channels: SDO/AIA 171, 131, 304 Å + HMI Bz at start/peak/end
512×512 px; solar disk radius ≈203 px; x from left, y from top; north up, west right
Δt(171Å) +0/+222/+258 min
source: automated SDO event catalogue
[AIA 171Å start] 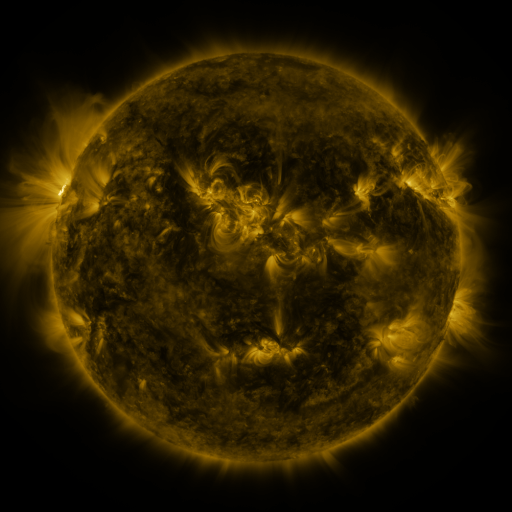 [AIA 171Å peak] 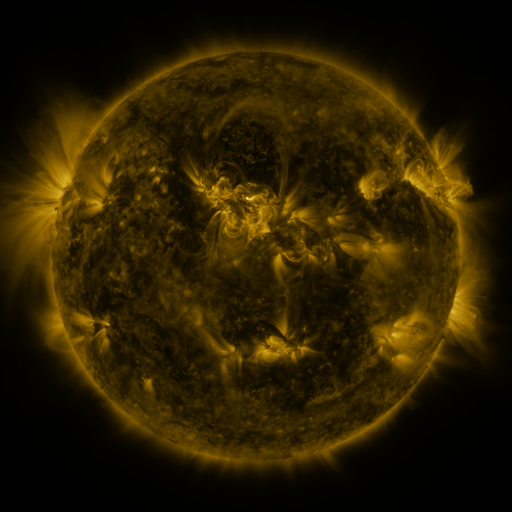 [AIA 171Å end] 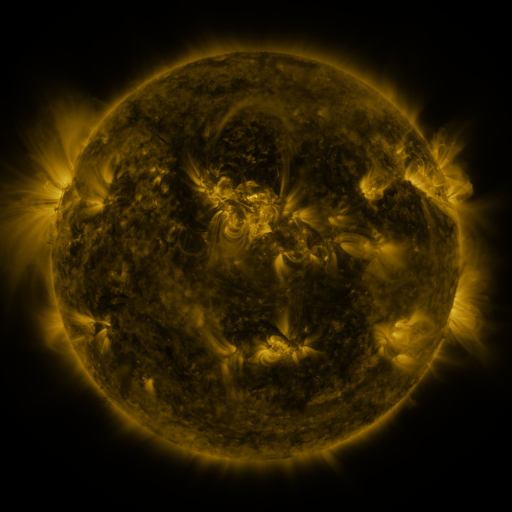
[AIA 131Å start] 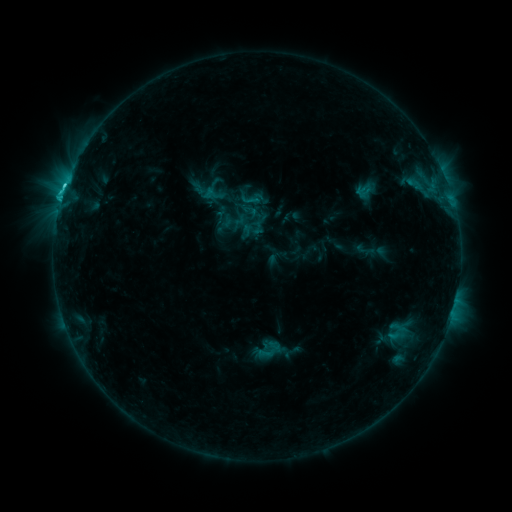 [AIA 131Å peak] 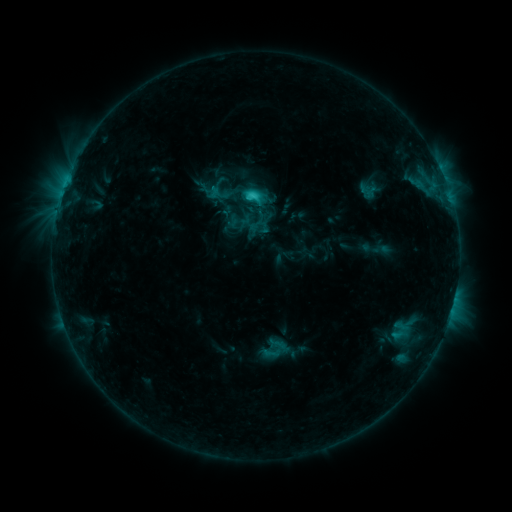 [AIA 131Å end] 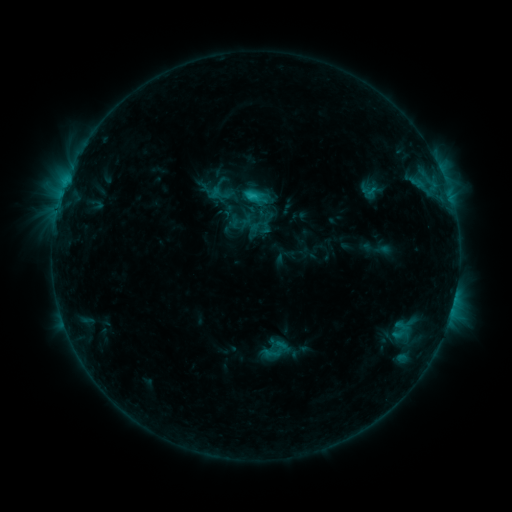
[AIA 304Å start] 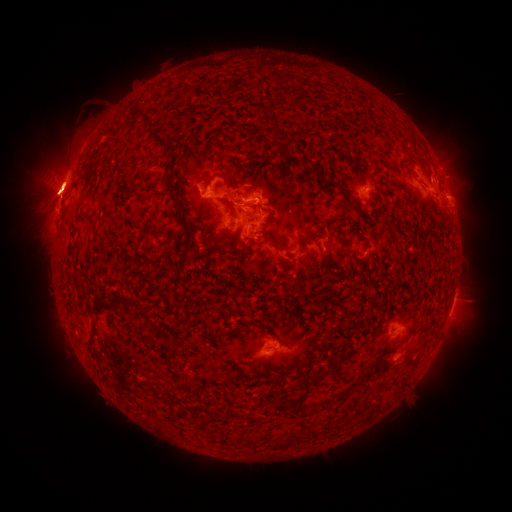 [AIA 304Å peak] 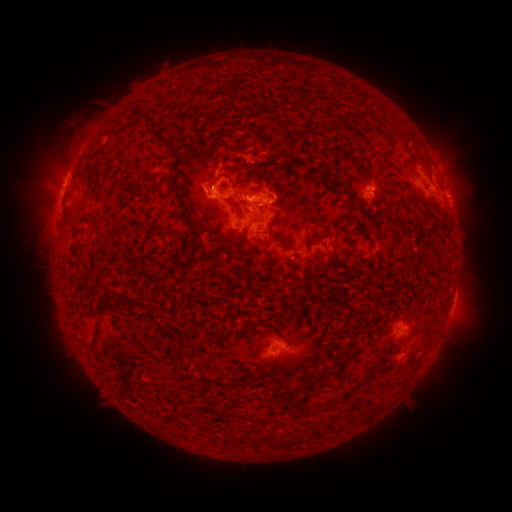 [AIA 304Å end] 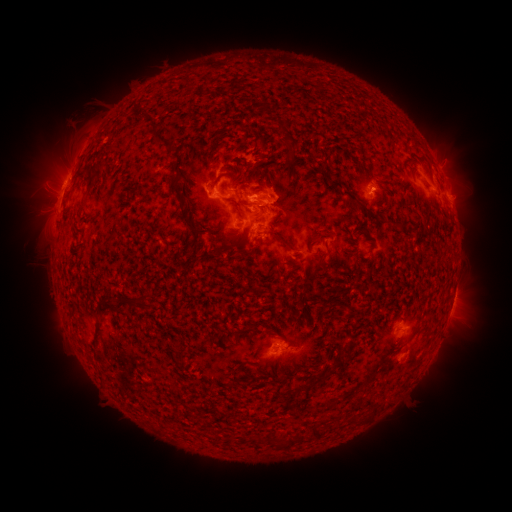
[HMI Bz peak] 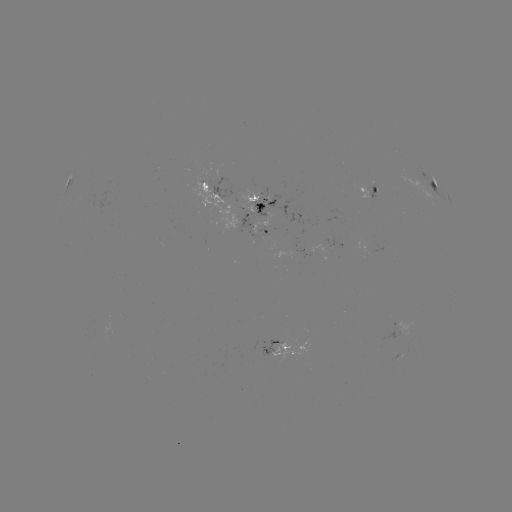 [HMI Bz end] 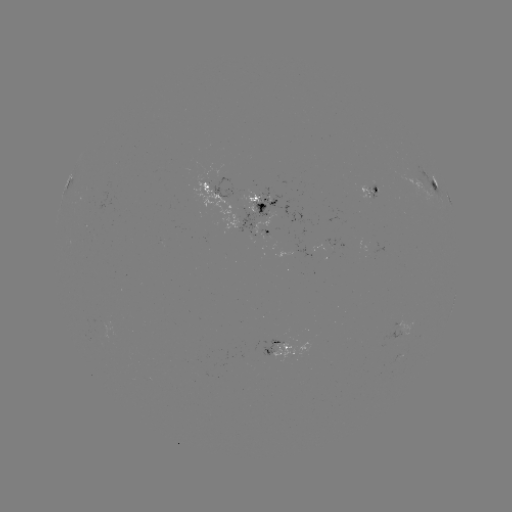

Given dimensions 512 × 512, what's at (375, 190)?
emerging-flux region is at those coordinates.